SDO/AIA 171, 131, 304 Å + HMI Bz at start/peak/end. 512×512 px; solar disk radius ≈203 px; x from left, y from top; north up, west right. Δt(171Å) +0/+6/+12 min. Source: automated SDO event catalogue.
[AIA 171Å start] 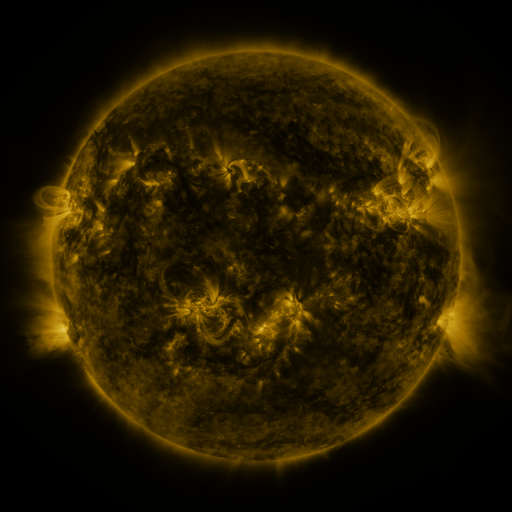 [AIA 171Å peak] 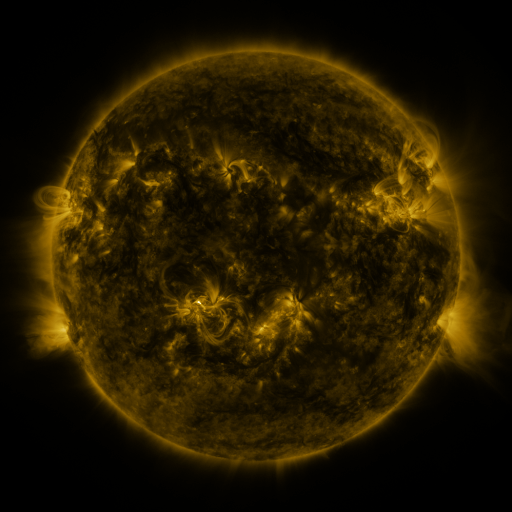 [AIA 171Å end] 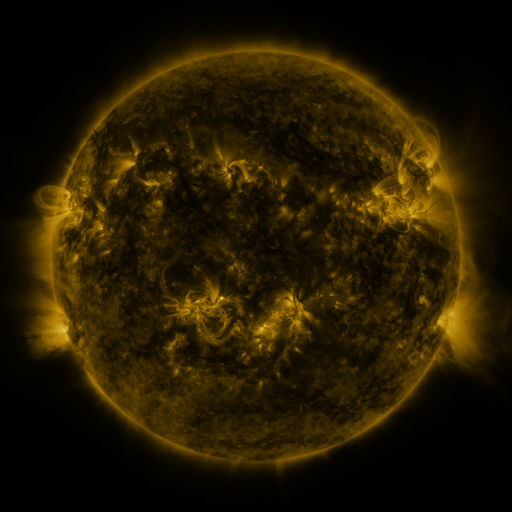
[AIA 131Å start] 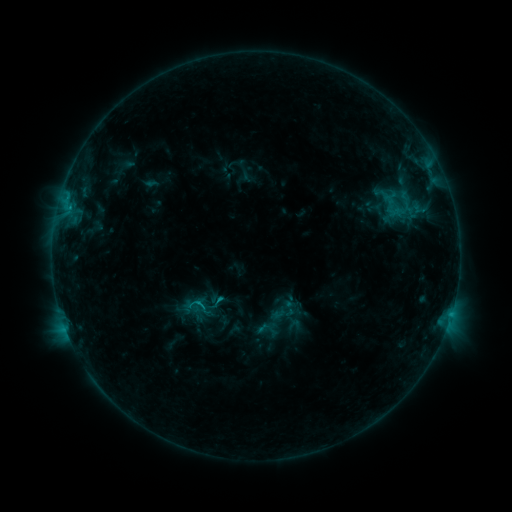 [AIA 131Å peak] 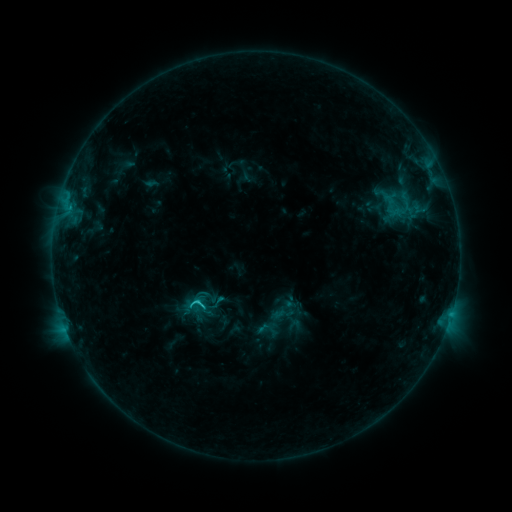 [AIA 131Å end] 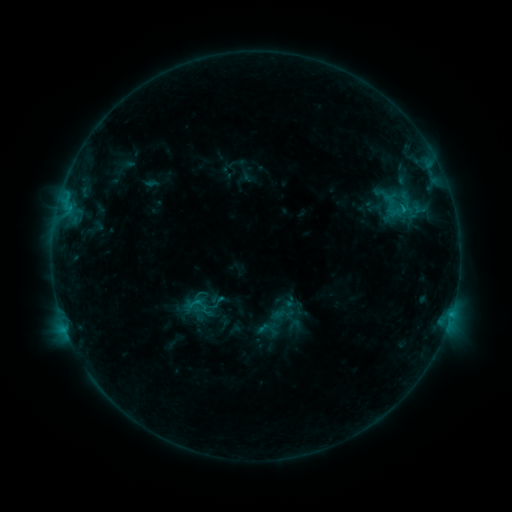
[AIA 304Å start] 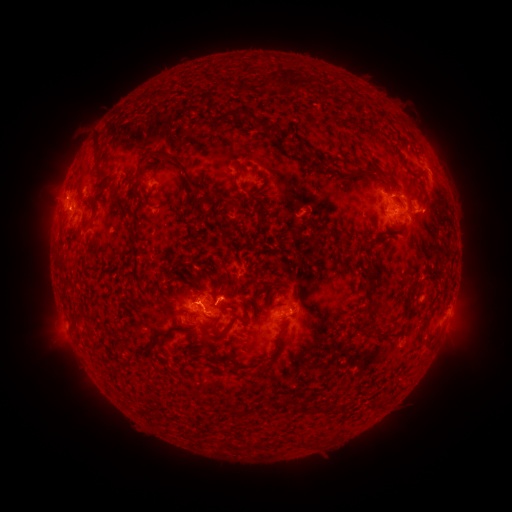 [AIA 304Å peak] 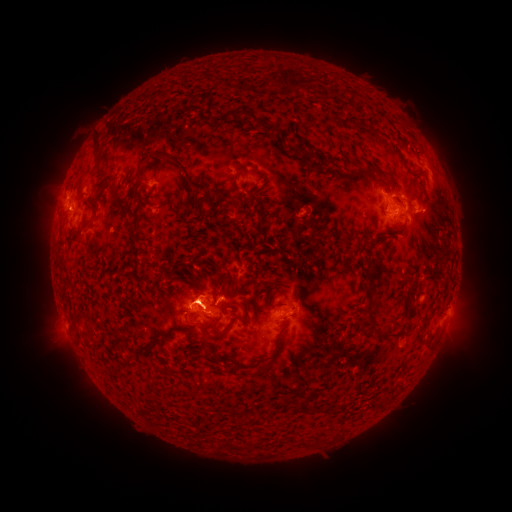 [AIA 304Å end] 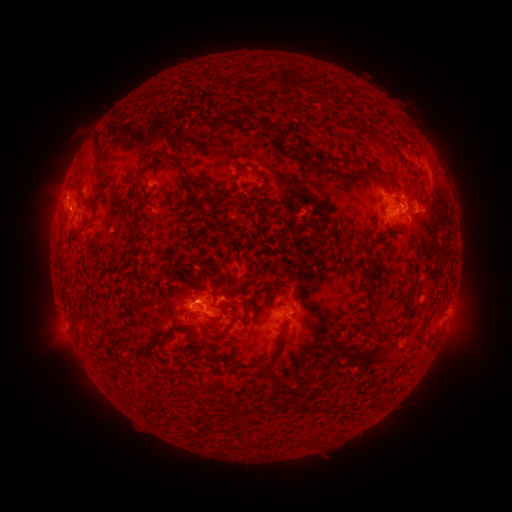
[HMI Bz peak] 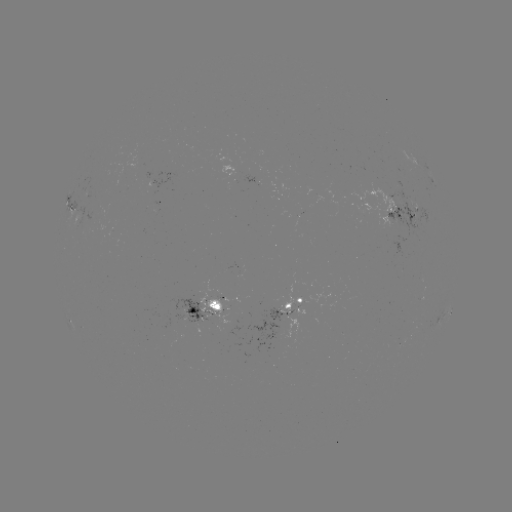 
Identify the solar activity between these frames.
eruption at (193, 287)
